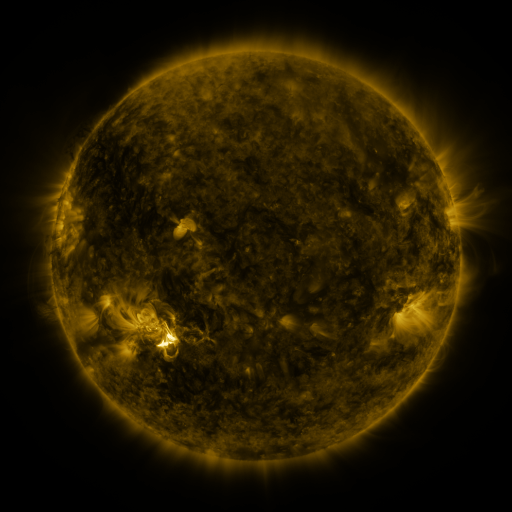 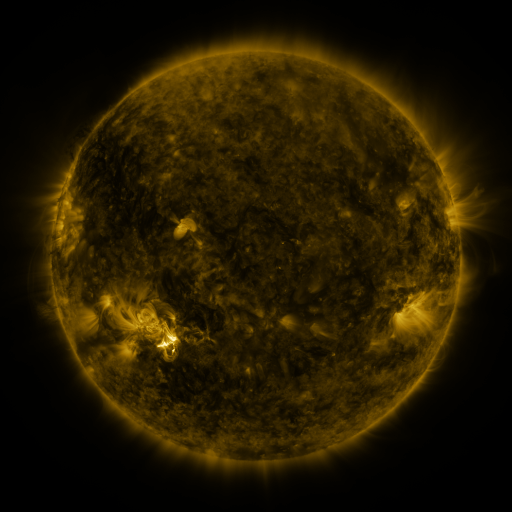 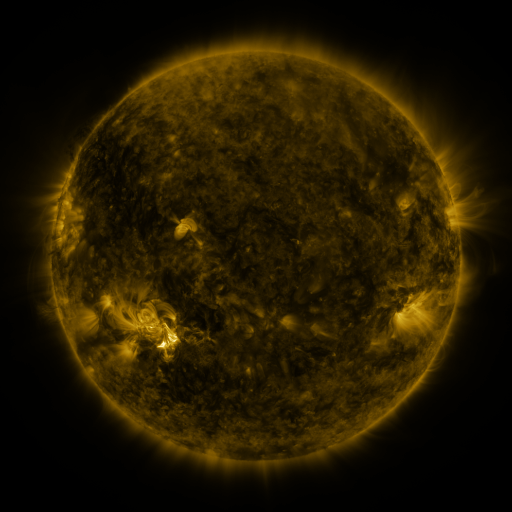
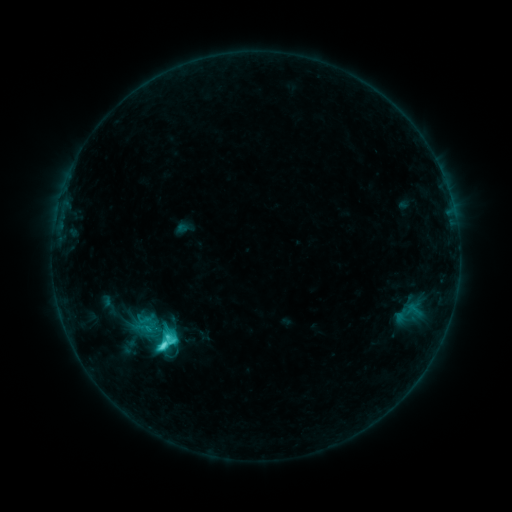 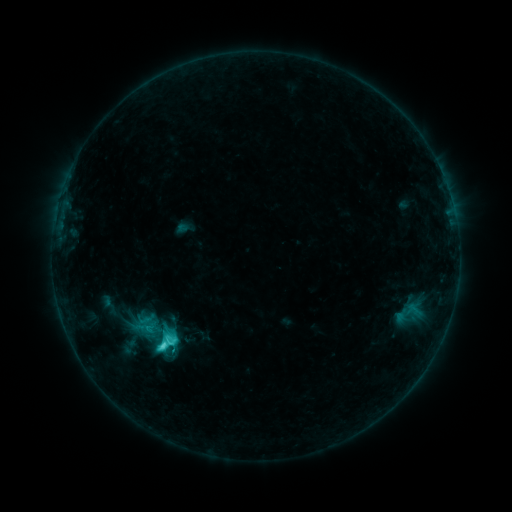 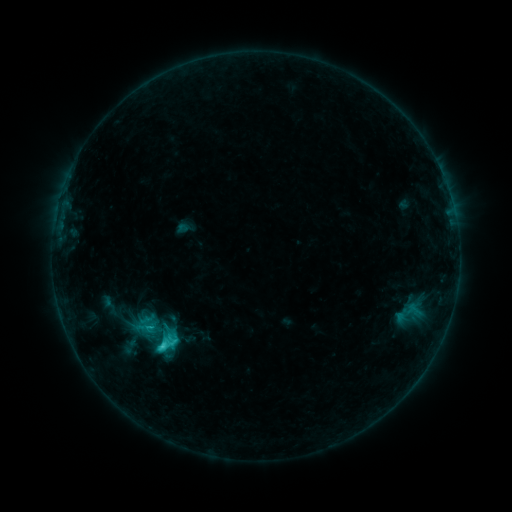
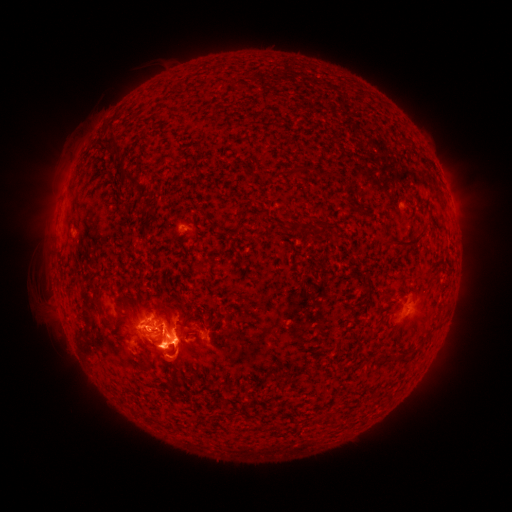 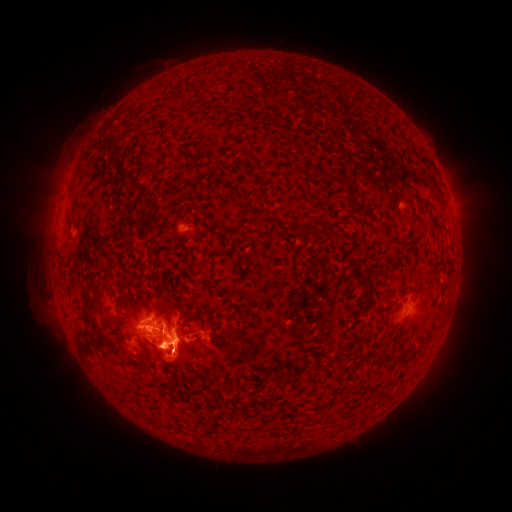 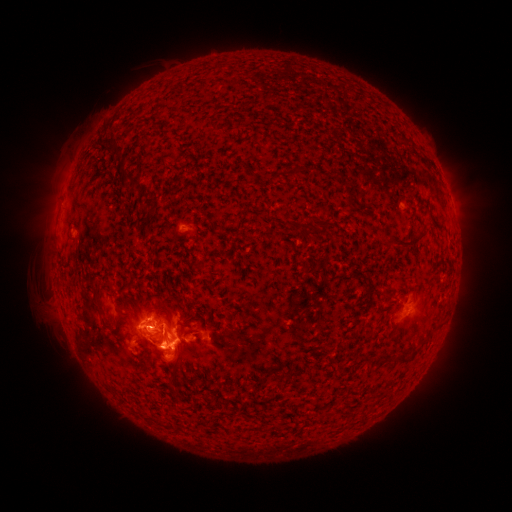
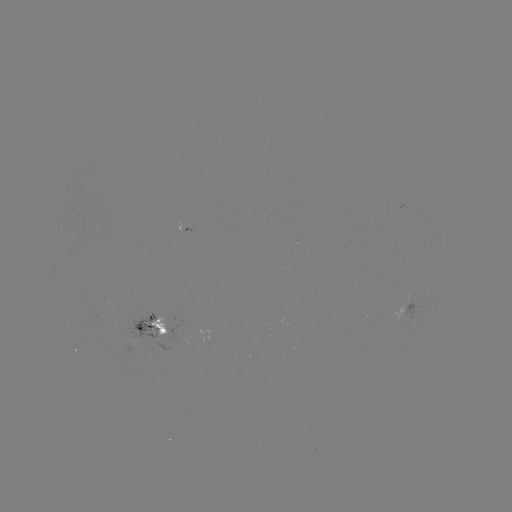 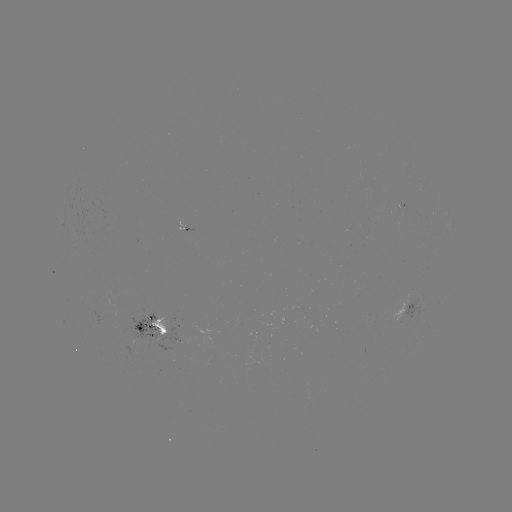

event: eruption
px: (177, 361)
